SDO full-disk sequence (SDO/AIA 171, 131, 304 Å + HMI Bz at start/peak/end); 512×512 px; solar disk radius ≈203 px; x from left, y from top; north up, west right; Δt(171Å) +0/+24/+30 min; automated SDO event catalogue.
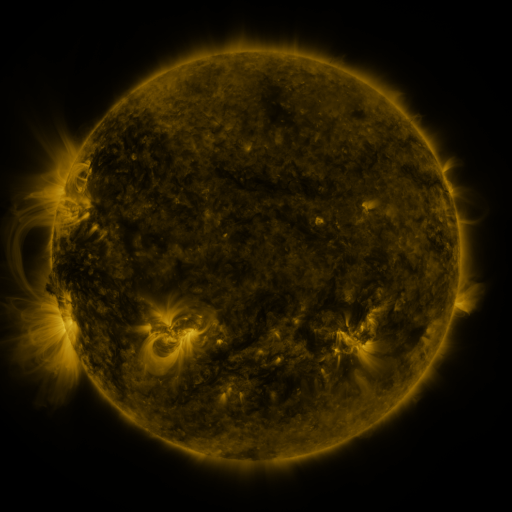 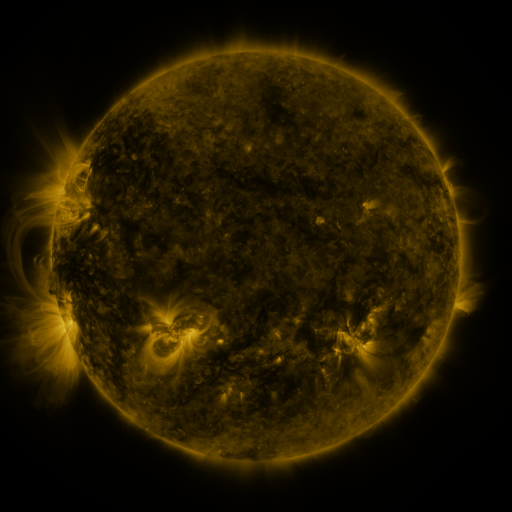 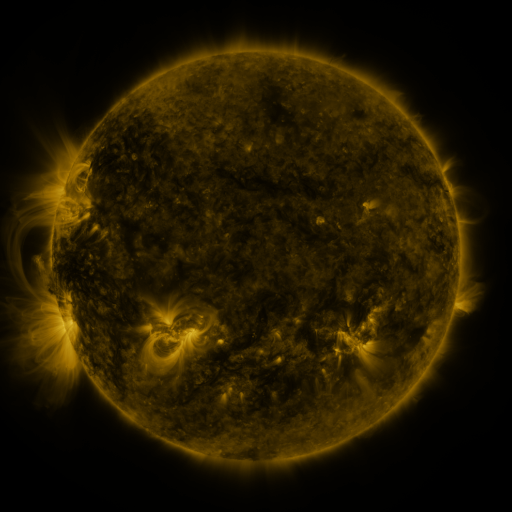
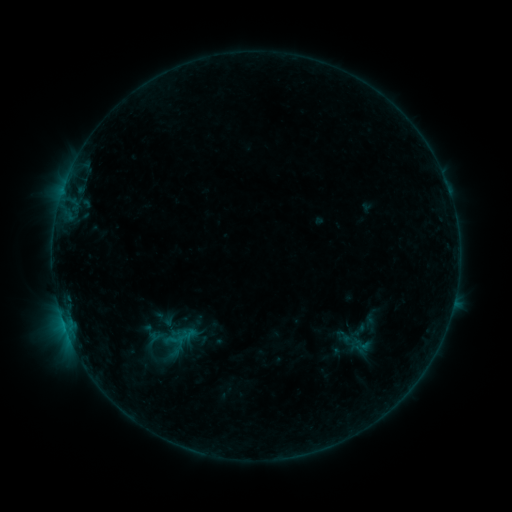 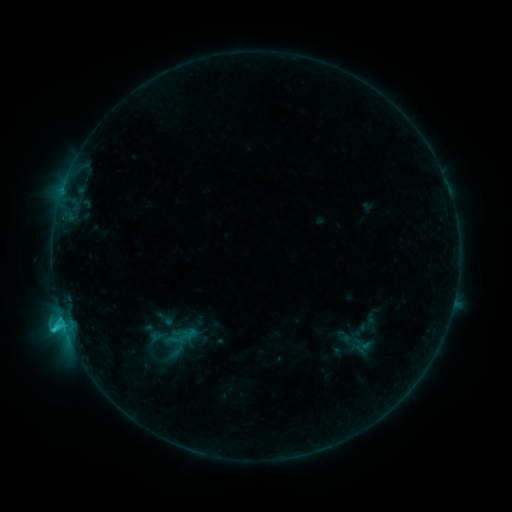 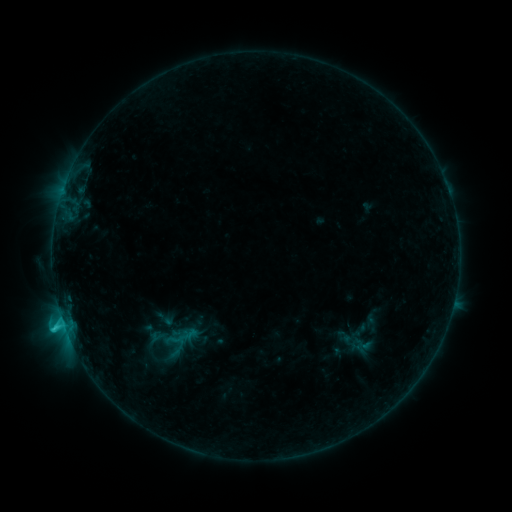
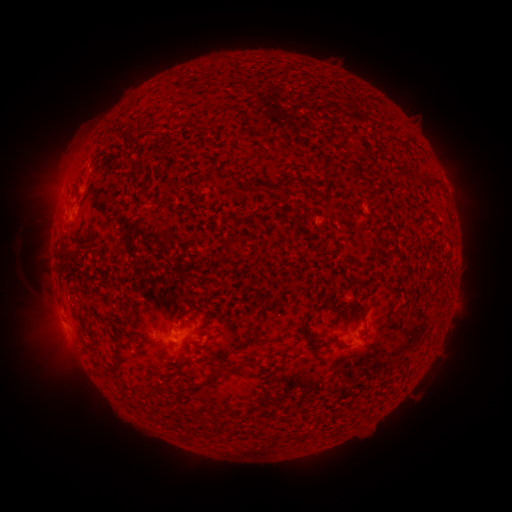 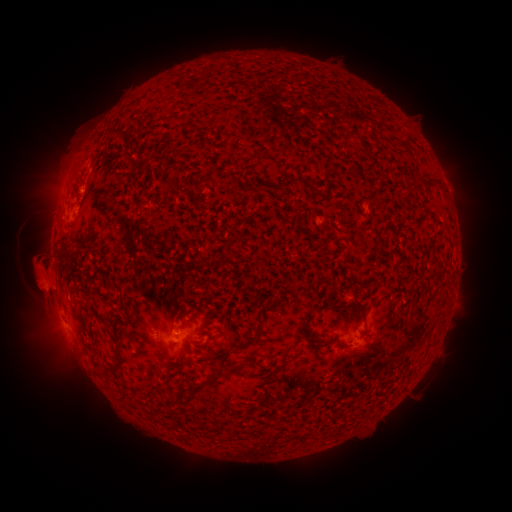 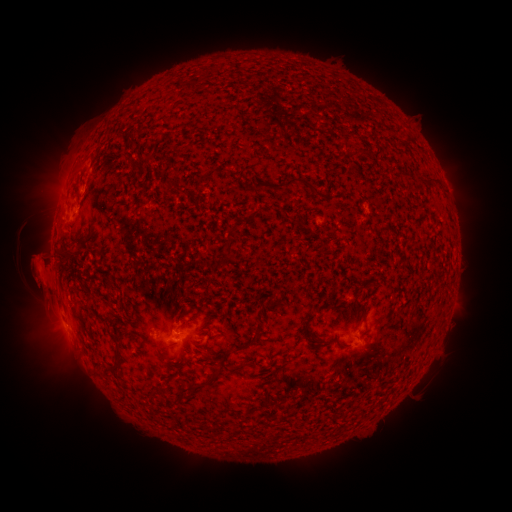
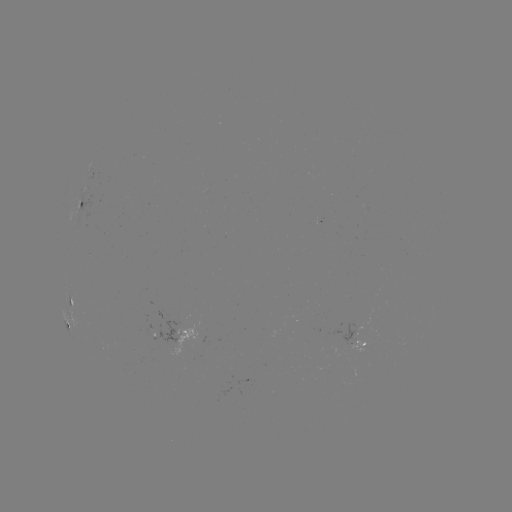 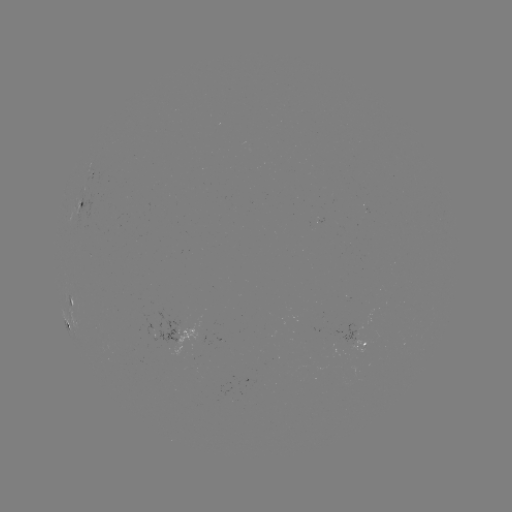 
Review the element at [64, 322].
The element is C1.4 flare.